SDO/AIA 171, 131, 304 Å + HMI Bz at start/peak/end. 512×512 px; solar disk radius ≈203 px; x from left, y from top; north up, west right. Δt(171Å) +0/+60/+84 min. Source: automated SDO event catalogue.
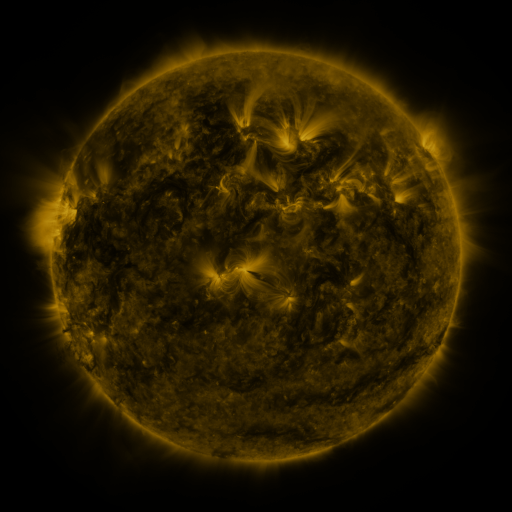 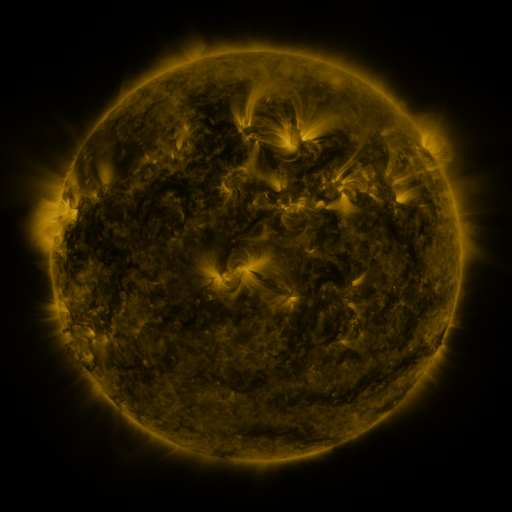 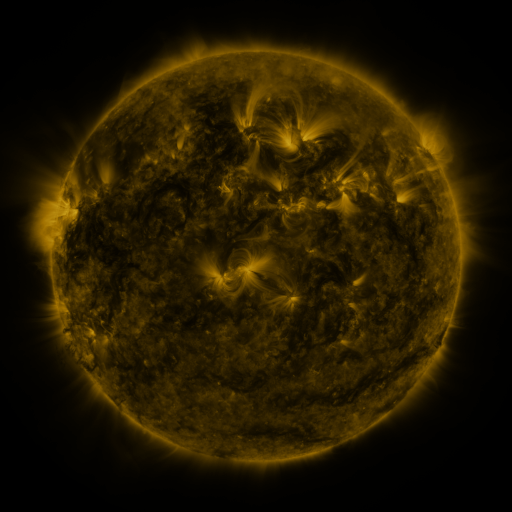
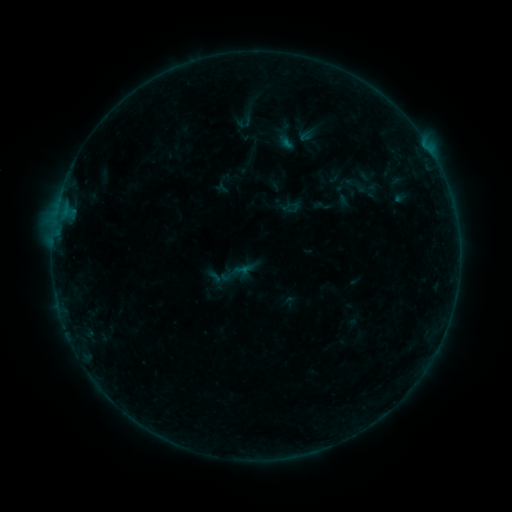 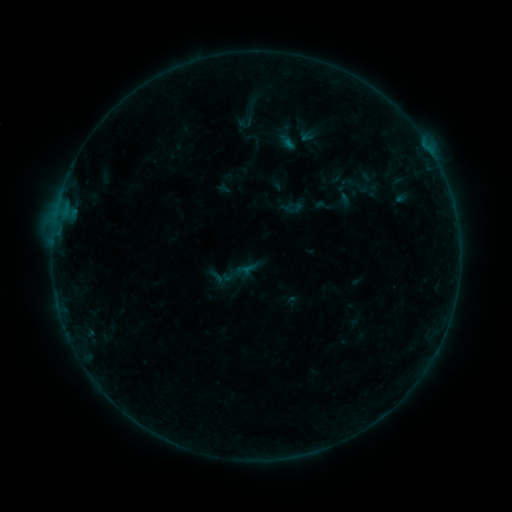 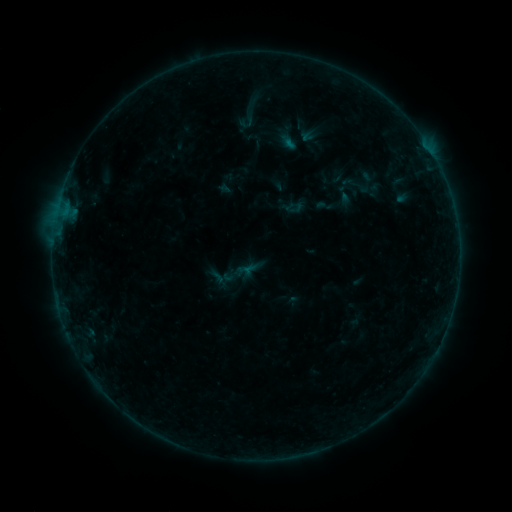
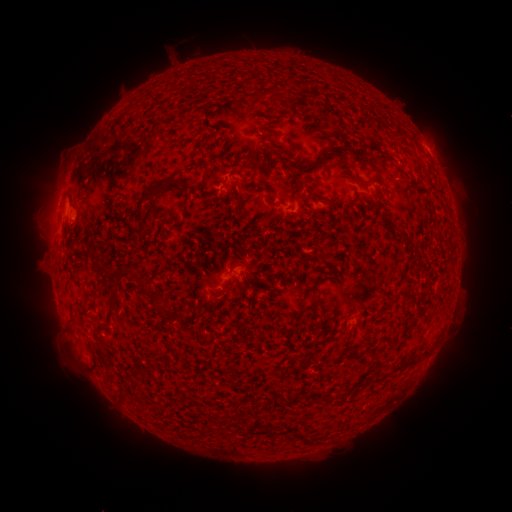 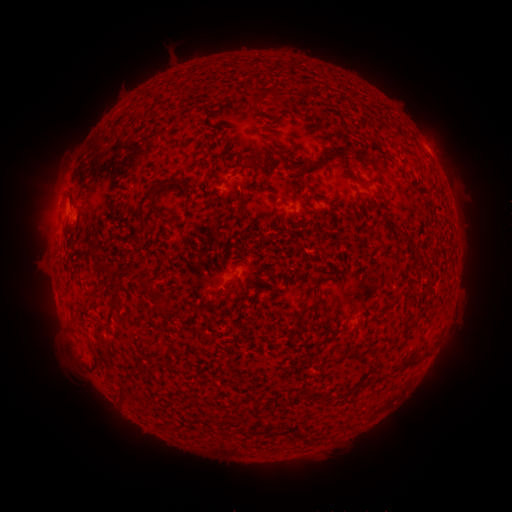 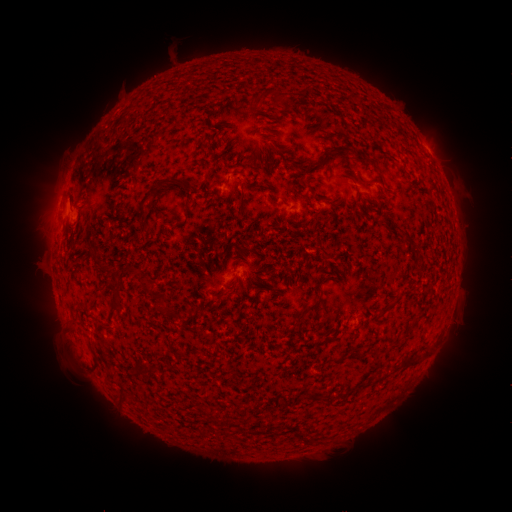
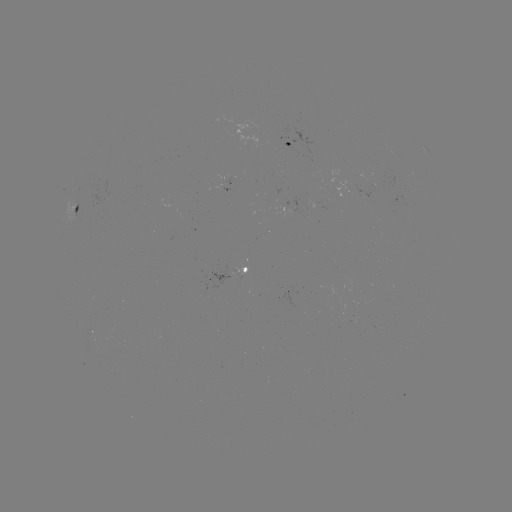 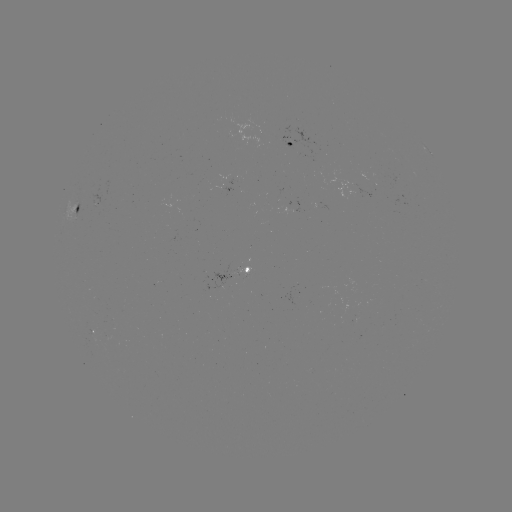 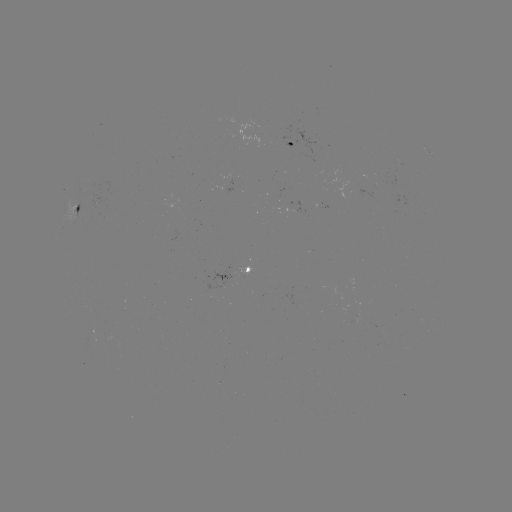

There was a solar emerging-flux region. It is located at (242, 274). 